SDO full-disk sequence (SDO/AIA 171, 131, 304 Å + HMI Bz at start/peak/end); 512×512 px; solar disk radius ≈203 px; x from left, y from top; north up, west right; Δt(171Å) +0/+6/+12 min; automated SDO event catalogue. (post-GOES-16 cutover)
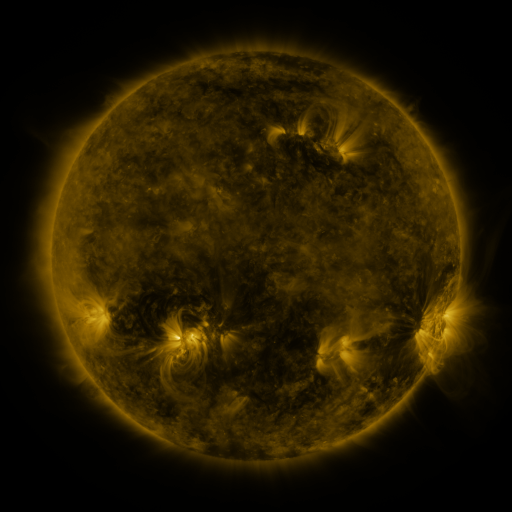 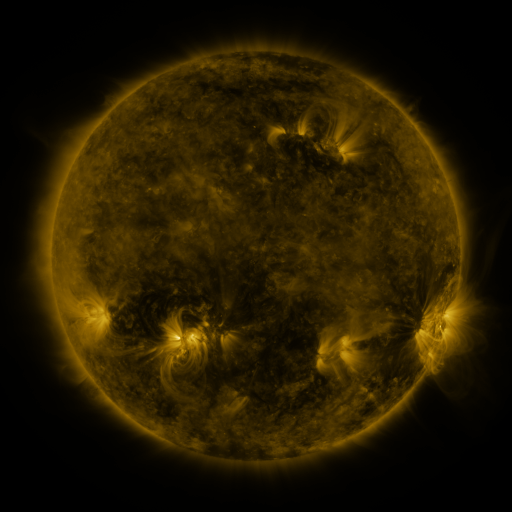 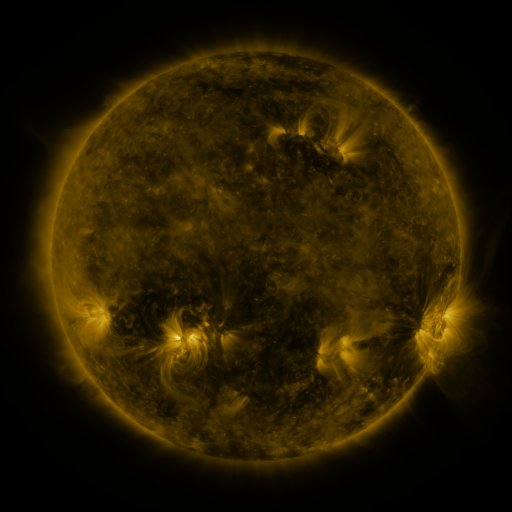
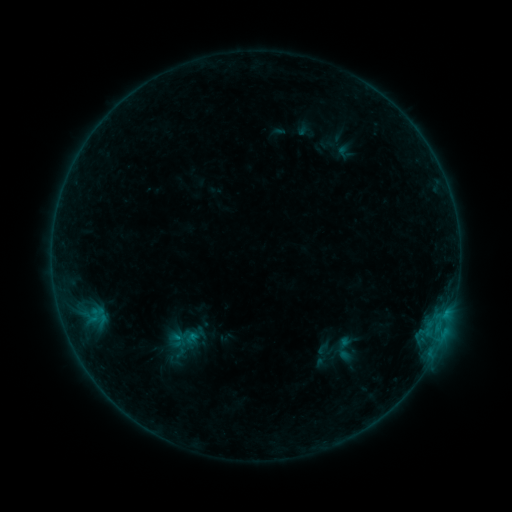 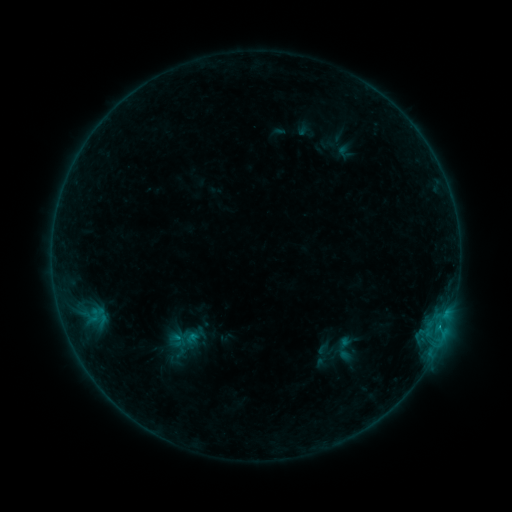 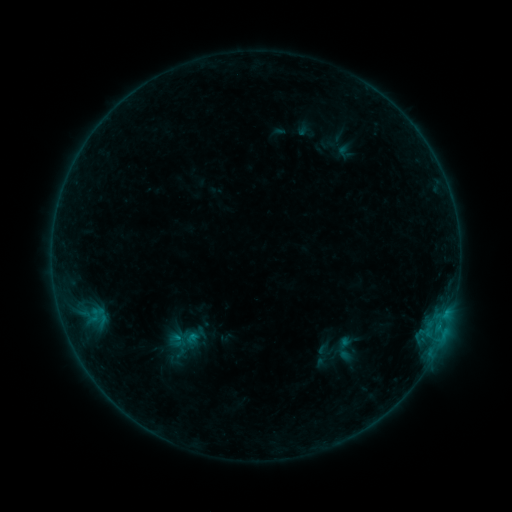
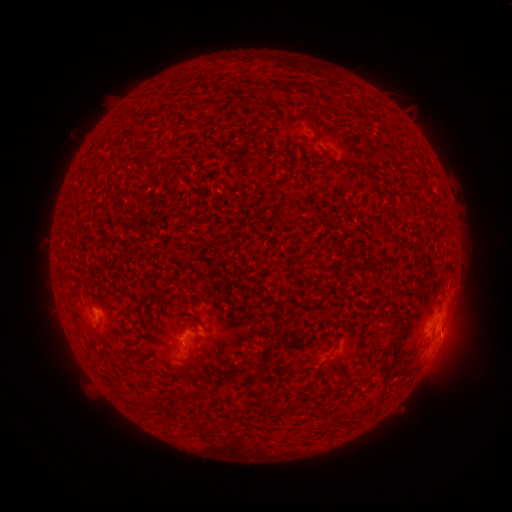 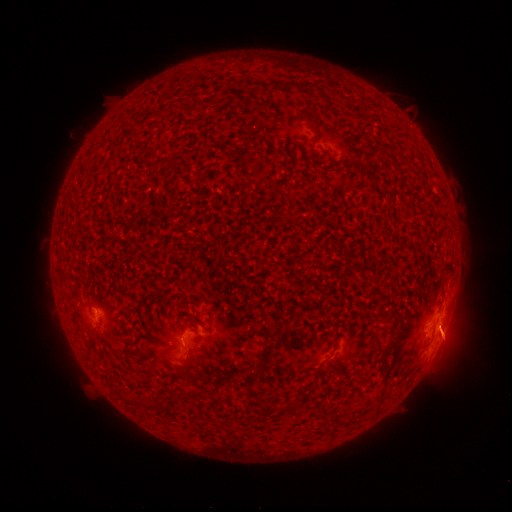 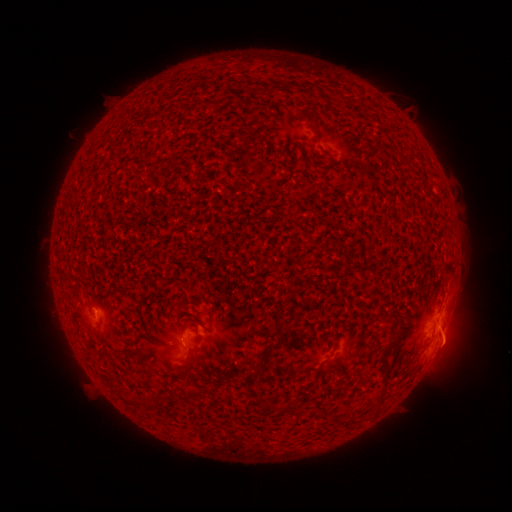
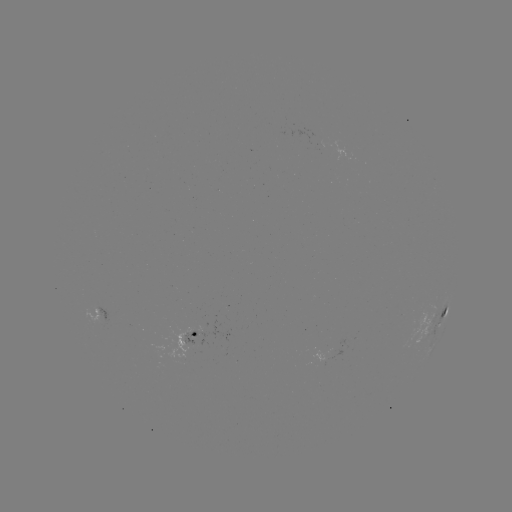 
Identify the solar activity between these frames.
B6.8 flare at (439, 325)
